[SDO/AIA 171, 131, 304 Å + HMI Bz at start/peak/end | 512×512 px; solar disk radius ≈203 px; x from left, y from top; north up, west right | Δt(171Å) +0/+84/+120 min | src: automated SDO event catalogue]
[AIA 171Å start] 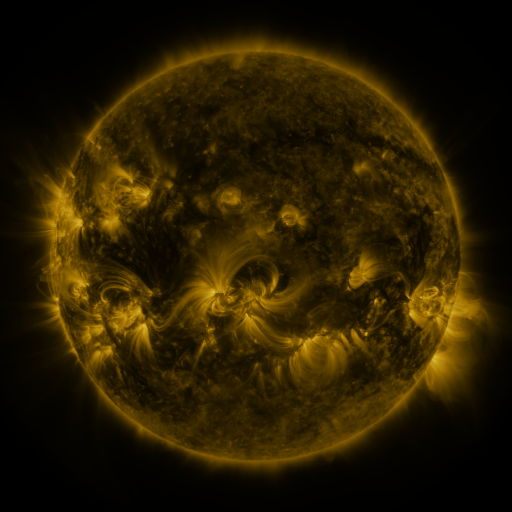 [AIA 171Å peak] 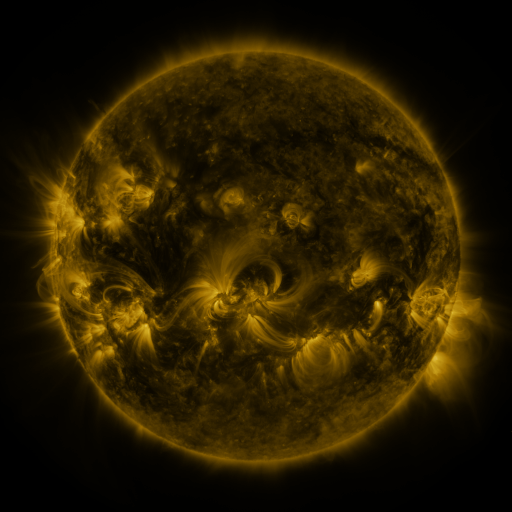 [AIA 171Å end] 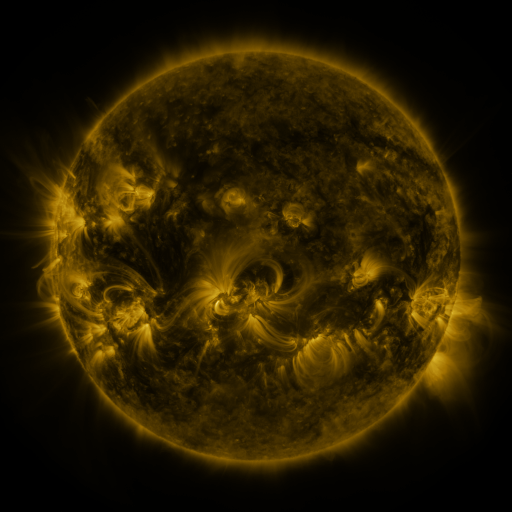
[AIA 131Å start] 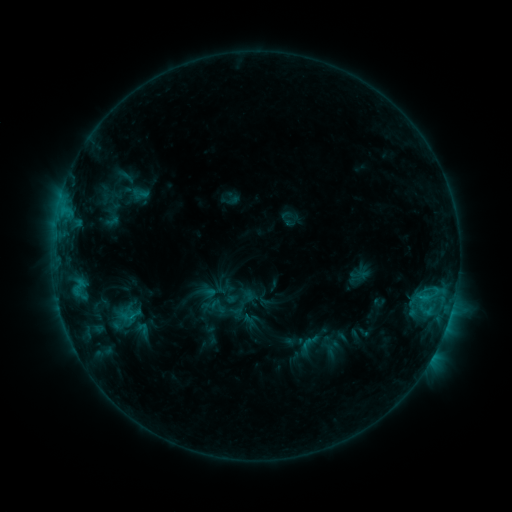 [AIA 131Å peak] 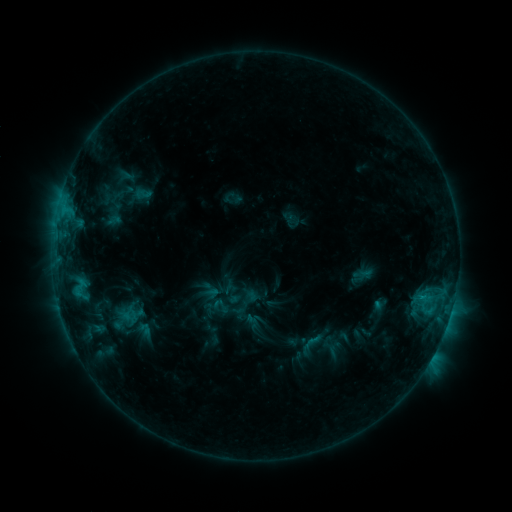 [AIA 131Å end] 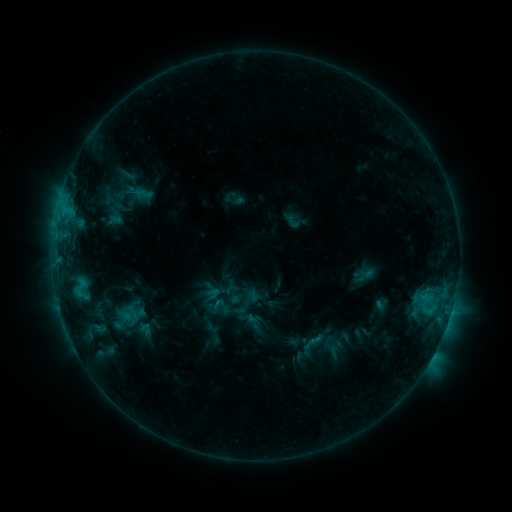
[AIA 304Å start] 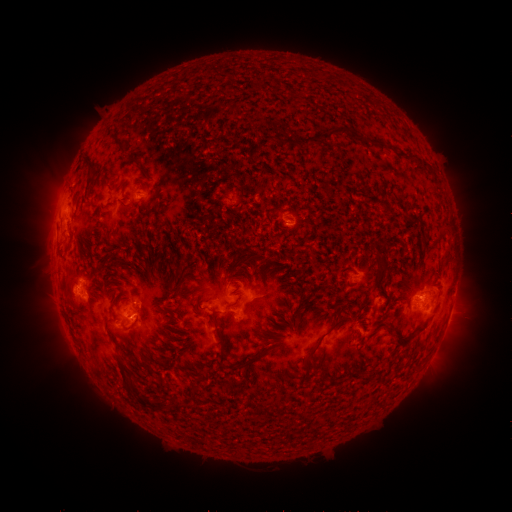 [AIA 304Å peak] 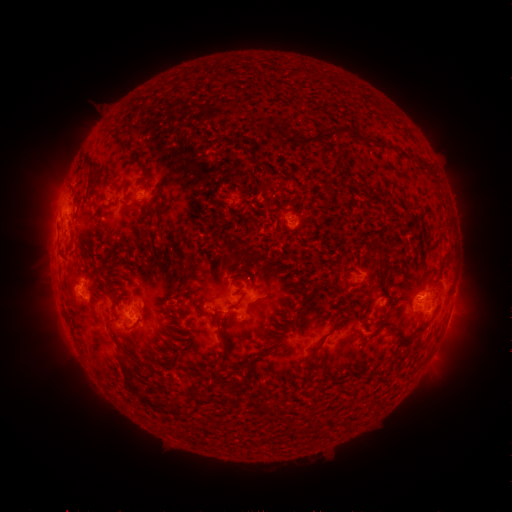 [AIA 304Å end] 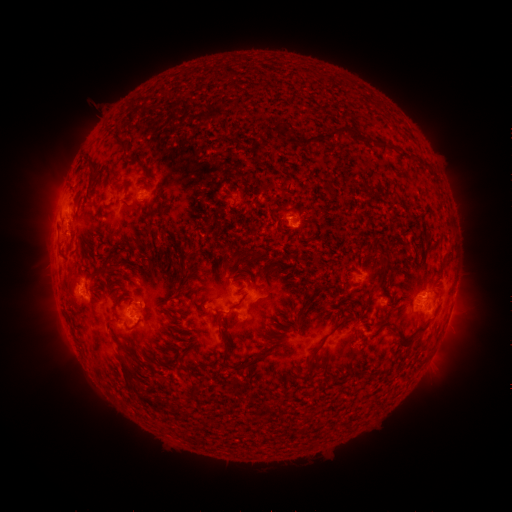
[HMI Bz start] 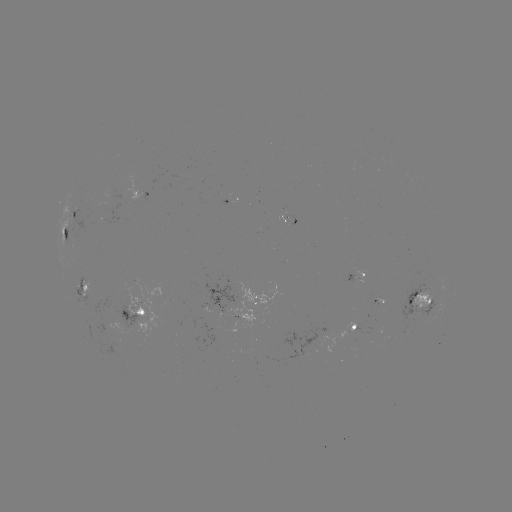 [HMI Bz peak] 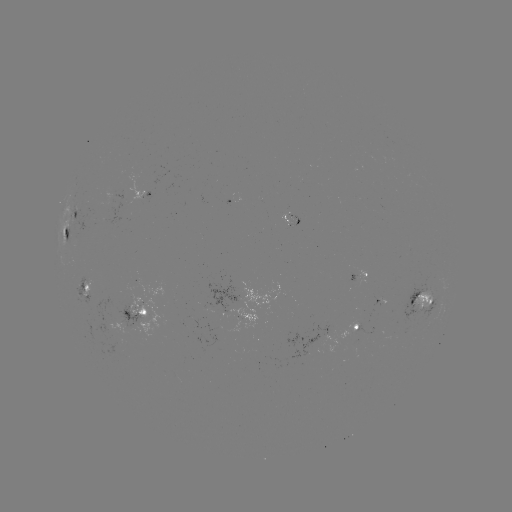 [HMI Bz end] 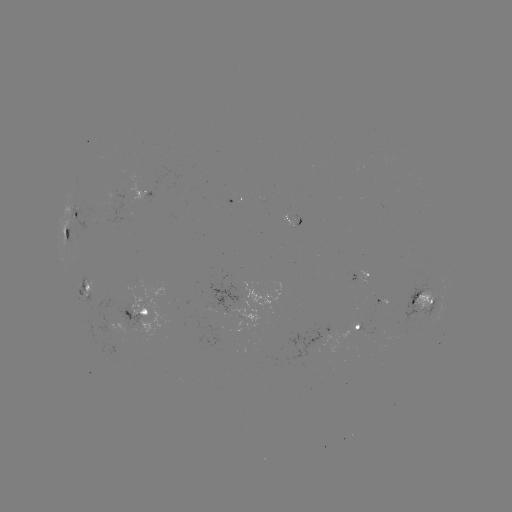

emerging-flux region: (315, 326, 349, 353)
